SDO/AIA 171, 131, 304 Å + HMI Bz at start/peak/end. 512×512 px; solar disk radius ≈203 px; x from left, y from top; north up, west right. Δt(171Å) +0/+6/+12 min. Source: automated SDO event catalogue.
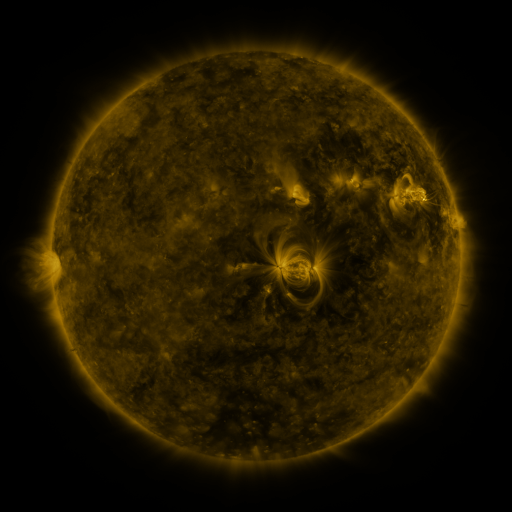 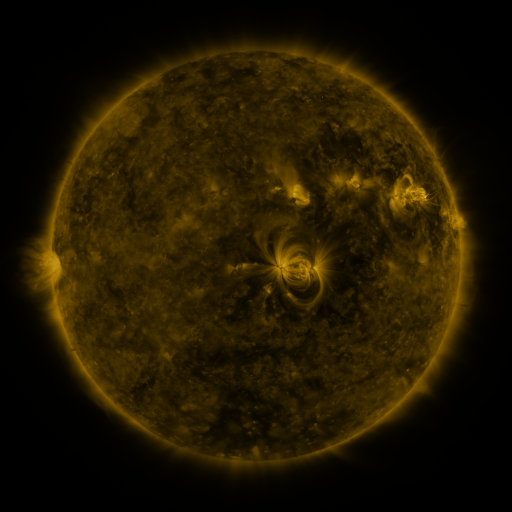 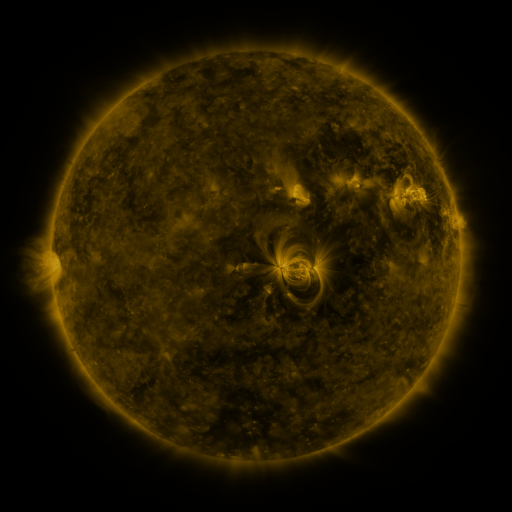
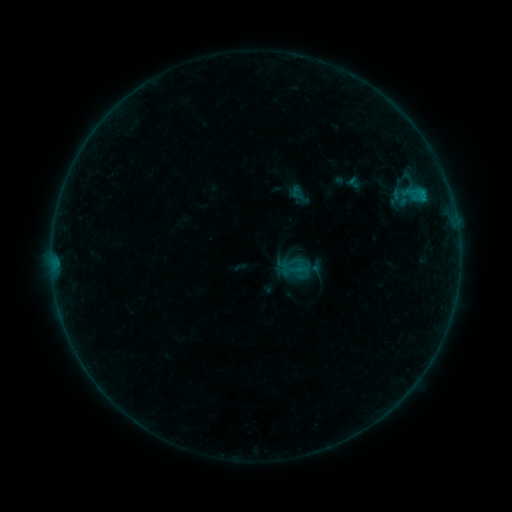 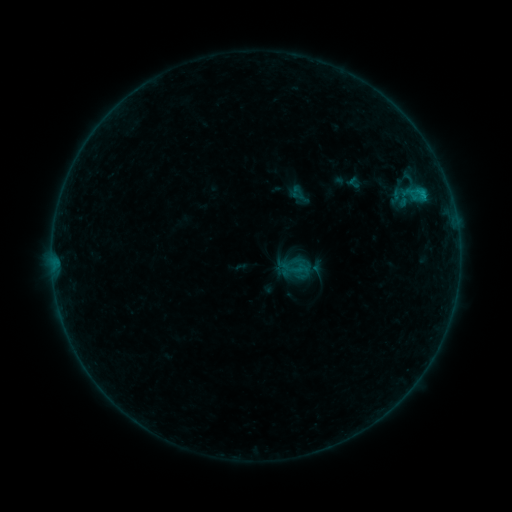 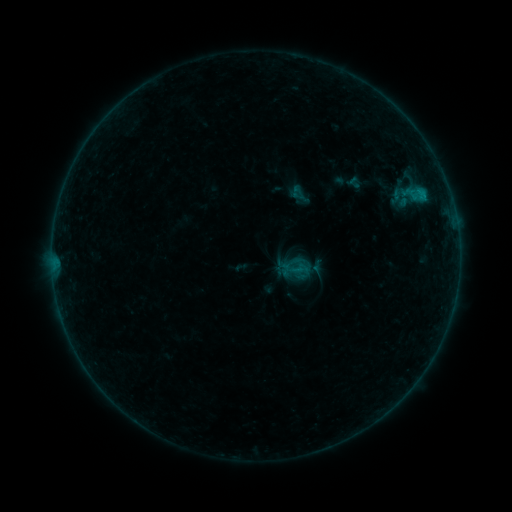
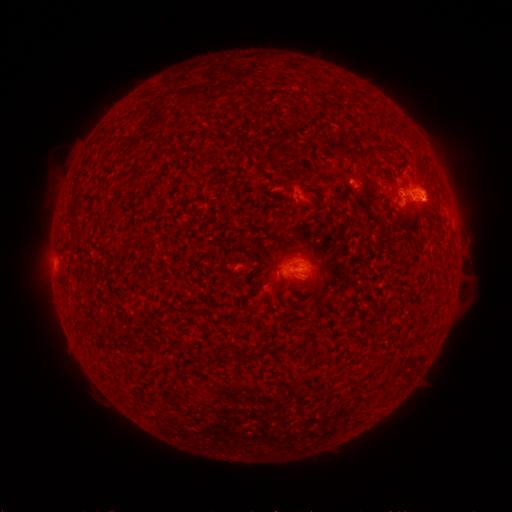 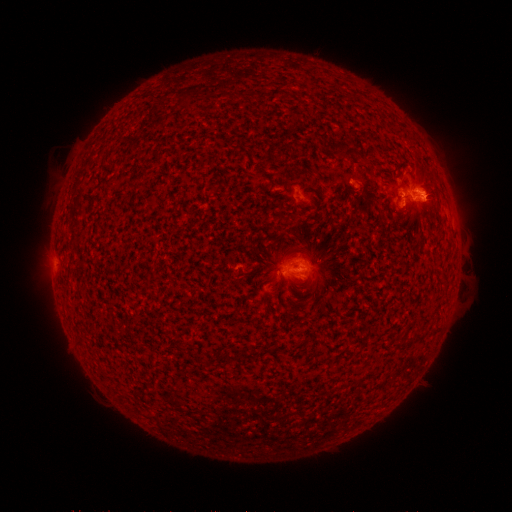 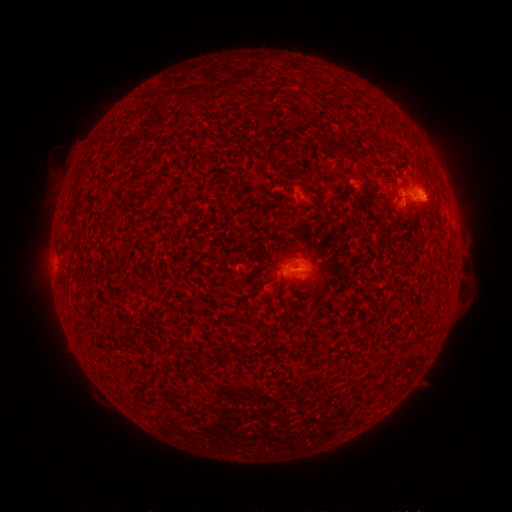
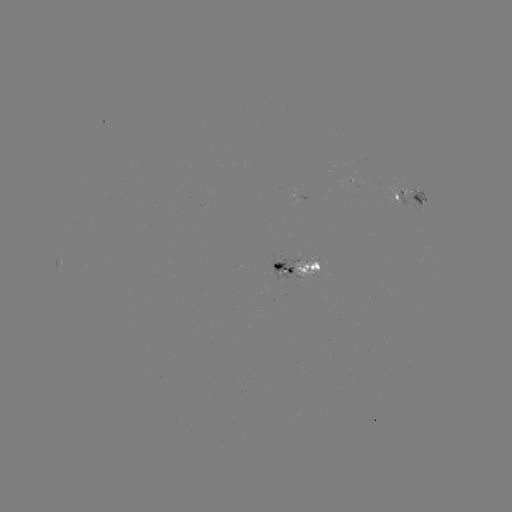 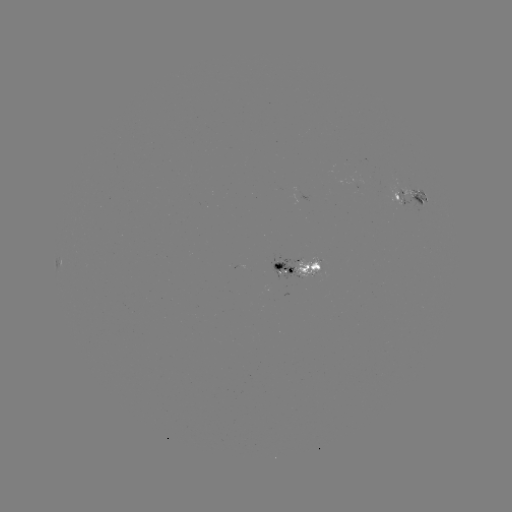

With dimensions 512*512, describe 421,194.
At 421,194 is B4.8 flare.